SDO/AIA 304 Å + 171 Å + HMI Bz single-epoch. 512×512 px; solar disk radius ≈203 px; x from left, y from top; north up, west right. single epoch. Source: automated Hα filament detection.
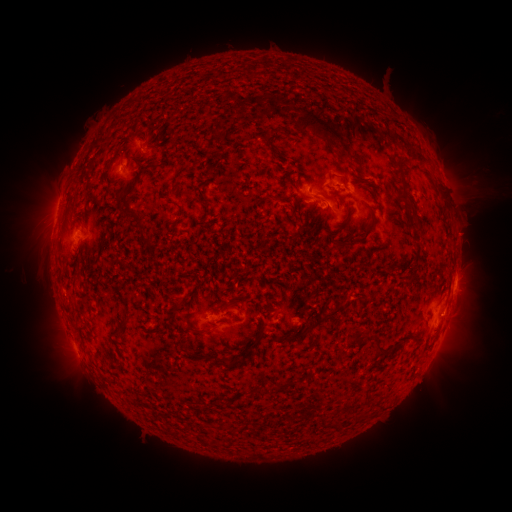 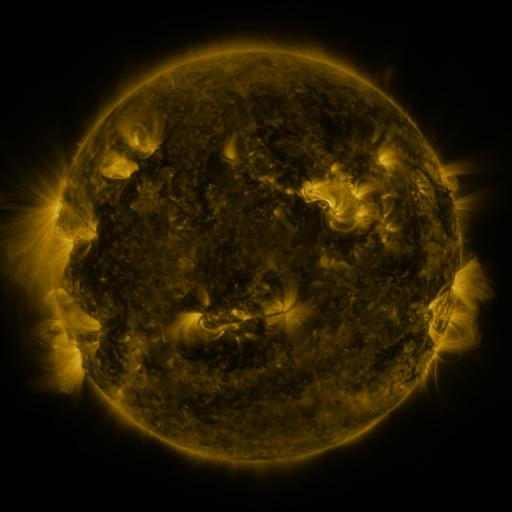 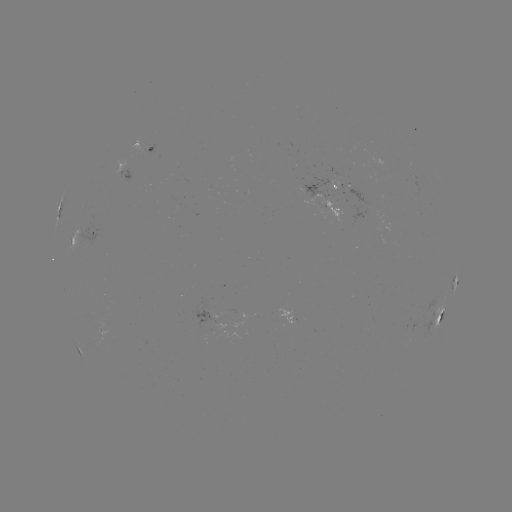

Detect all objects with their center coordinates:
filament: <bbox>290, 107, 341, 151</bbox>
filament: <bbox>260, 132, 268, 145</bbox>
filament: <bbox>132, 155, 144, 163</bbox>
filament: <bbox>393, 162, 411, 206</bbox>
filament: <bbox>120, 168, 144, 222</bbox>
filament: <bbox>108, 177, 122, 186</bbox>
filament: <bbox>171, 183, 179, 193</bbox>
filament: <bbox>320, 192, 338, 203</bbox>
filament: <bbox>272, 194, 283, 202</bbox>
filament: <bbox>173, 210, 184, 228</bbox>
filament: <bbox>329, 213, 376, 249</bbox>
filament: <bbox>142, 238, 152, 245</bbox>
filament: <bbox>76, 253, 101, 287</bbox>
filament: <bbox>321, 301, 348, 319</bbox>
filament: <bbox>292, 320, 320, 340</bbox>
filament: <bbox>113, 322, 128, 339</bbox>
filament: <bbox>246, 328, 263, 355</bbox>
filament: <bbox>374, 333, 388, 354</bbox>
filament: <bbox>193, 353, 204, 360</bbox>
filament: <bbox>212, 354, 245, 371</bbox>
